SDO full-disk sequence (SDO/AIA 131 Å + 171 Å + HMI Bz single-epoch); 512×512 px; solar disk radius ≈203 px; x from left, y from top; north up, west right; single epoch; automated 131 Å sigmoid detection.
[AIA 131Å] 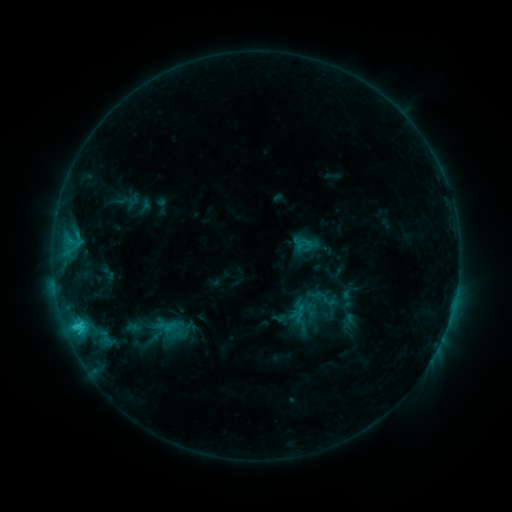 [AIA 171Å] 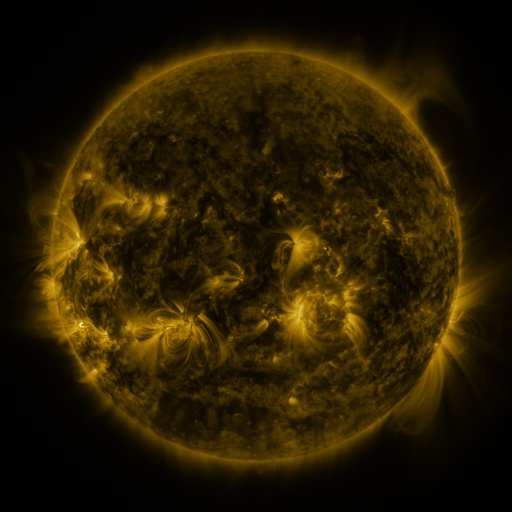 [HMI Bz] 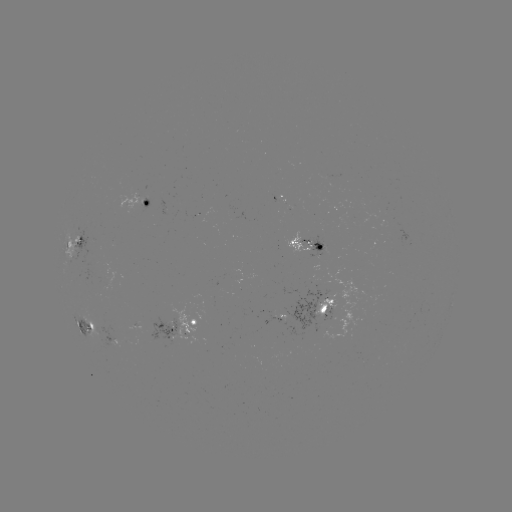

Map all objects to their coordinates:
sigmoid: (167, 330)
